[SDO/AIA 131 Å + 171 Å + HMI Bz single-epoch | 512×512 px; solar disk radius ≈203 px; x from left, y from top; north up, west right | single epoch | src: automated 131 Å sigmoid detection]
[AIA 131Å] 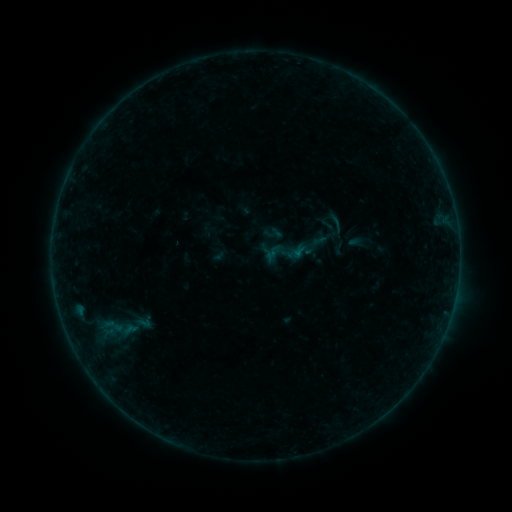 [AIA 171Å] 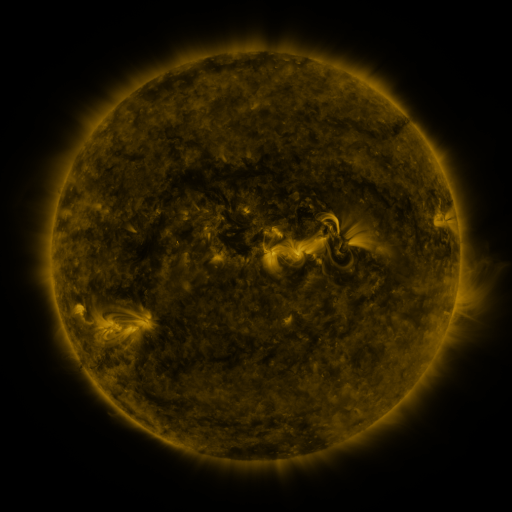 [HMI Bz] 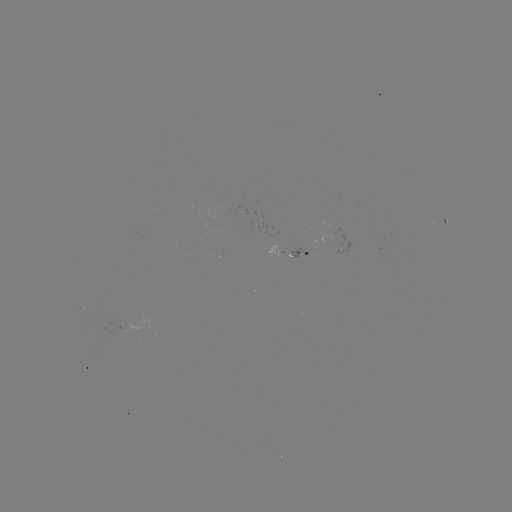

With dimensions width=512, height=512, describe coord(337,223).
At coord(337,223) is sigmoid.